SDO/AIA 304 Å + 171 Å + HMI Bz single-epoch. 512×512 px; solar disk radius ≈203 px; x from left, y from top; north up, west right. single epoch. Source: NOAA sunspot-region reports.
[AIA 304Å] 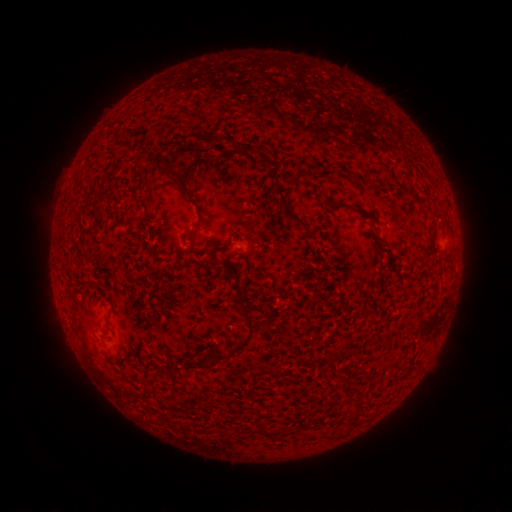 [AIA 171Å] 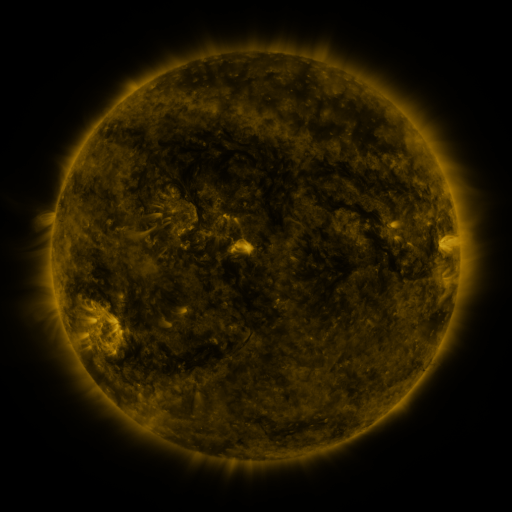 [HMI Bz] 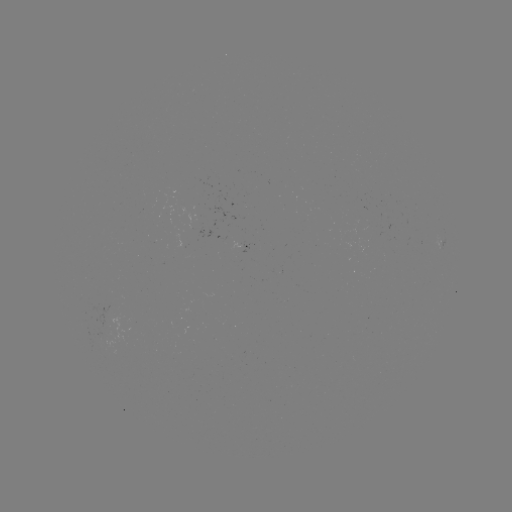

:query spotted active region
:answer [245, 246]